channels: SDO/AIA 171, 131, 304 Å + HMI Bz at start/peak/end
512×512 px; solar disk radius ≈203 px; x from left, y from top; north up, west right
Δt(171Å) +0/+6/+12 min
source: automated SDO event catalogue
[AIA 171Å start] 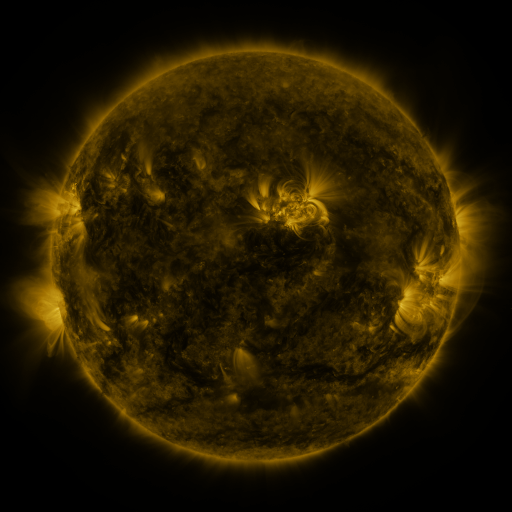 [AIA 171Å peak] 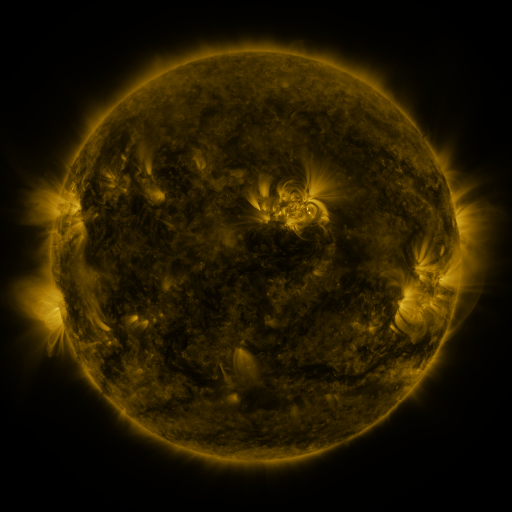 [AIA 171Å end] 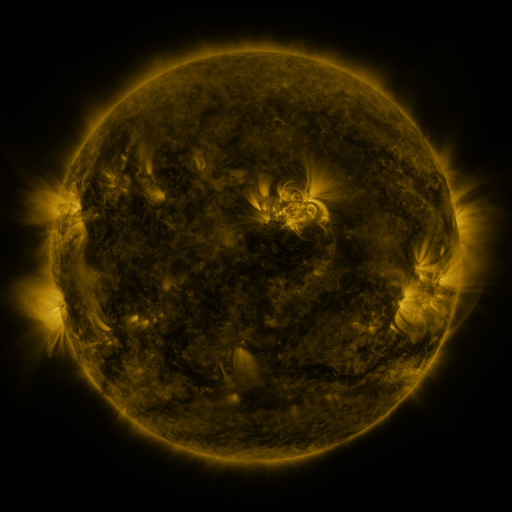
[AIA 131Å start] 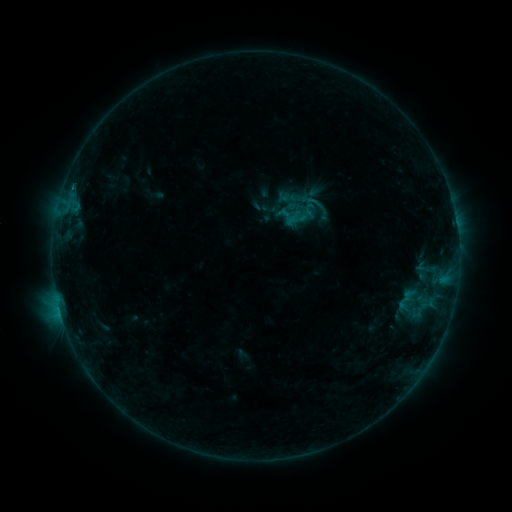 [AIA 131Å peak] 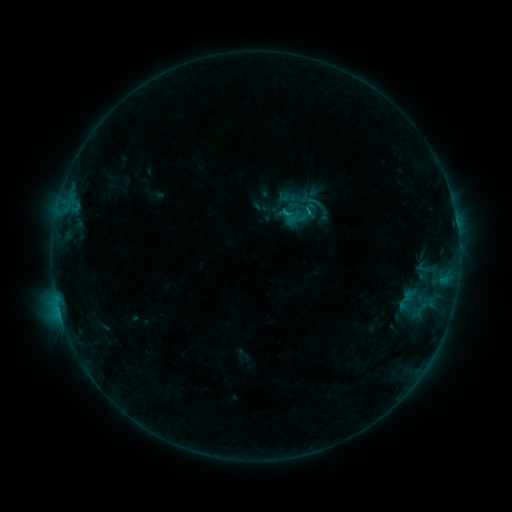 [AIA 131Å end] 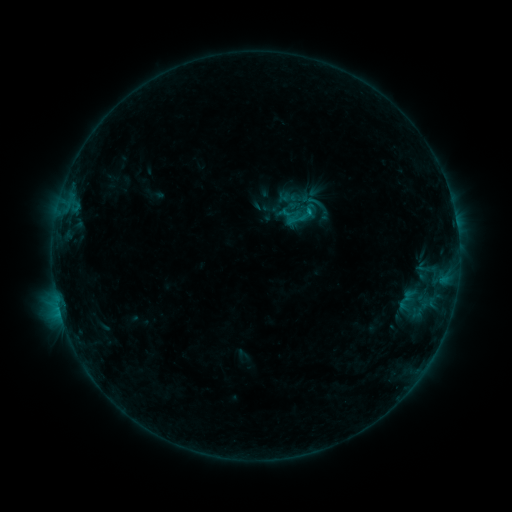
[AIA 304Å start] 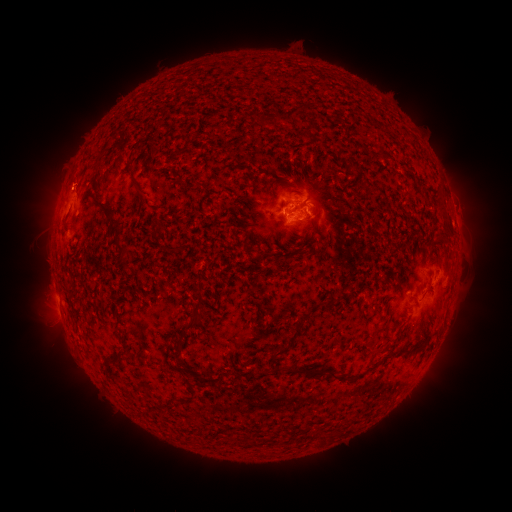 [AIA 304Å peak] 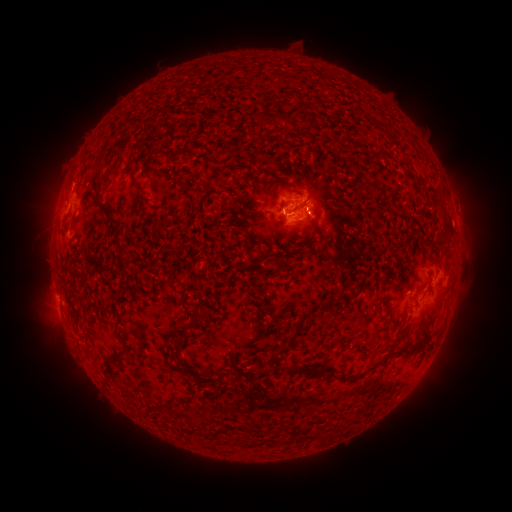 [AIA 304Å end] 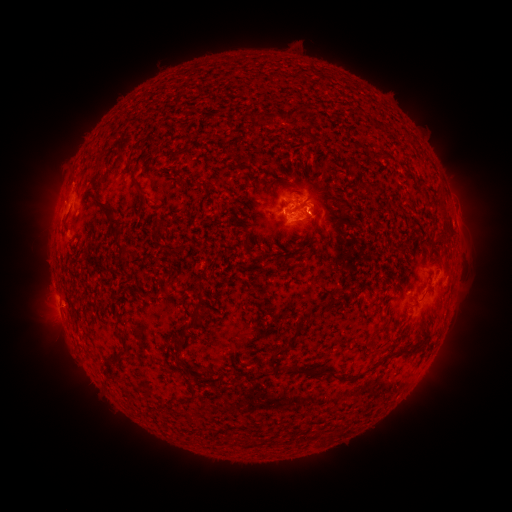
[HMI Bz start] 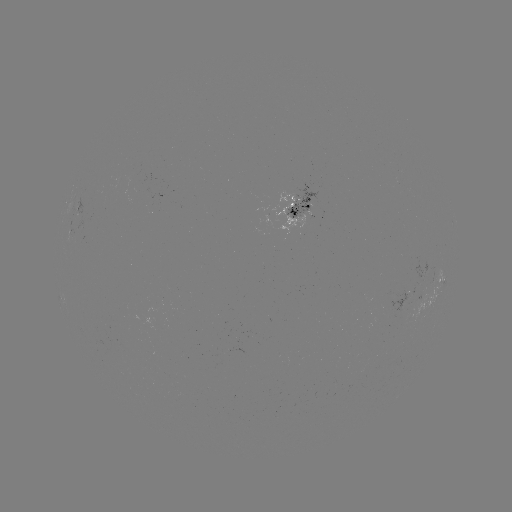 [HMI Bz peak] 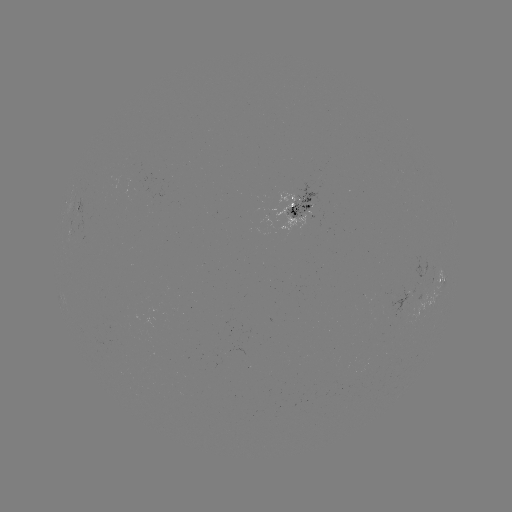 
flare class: B6.6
